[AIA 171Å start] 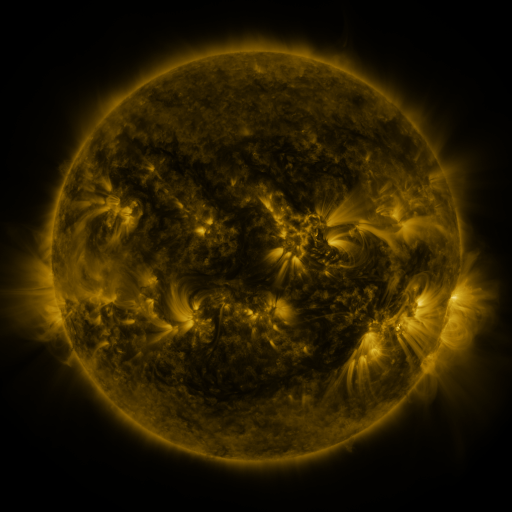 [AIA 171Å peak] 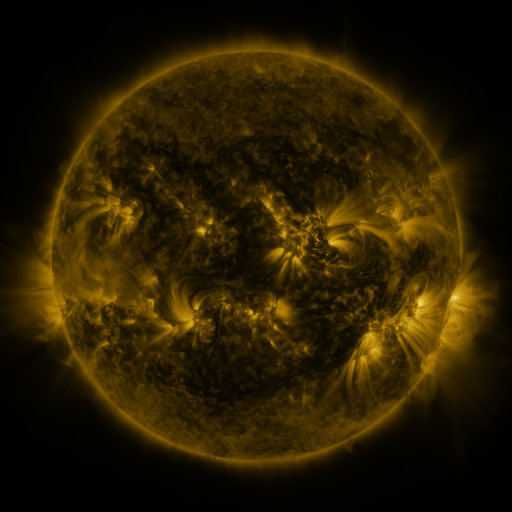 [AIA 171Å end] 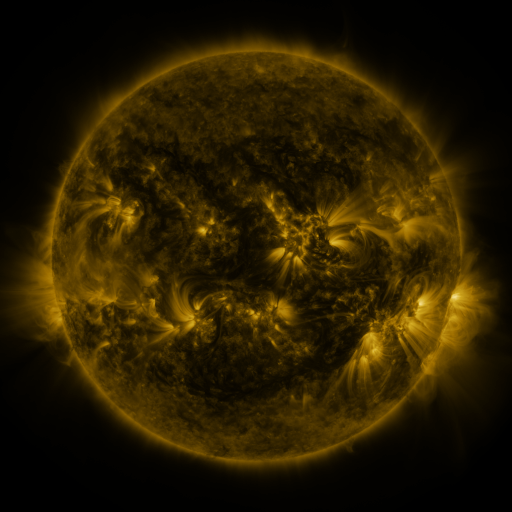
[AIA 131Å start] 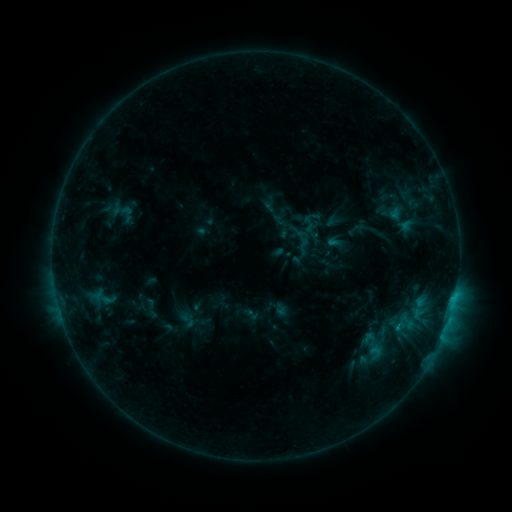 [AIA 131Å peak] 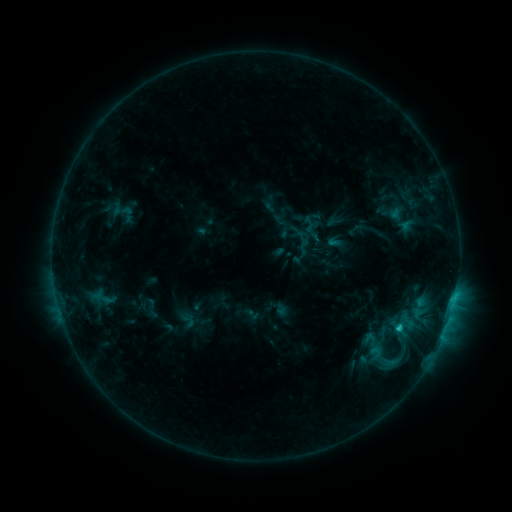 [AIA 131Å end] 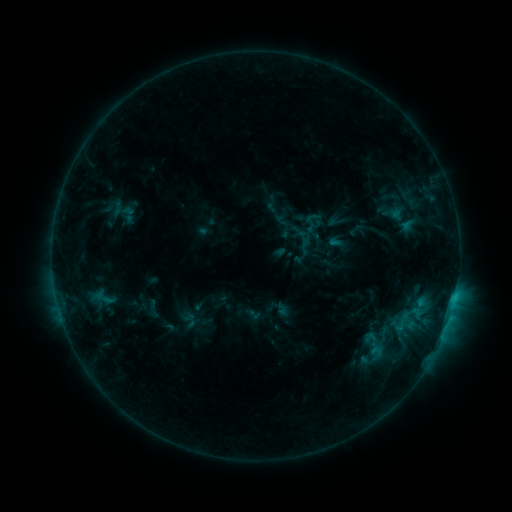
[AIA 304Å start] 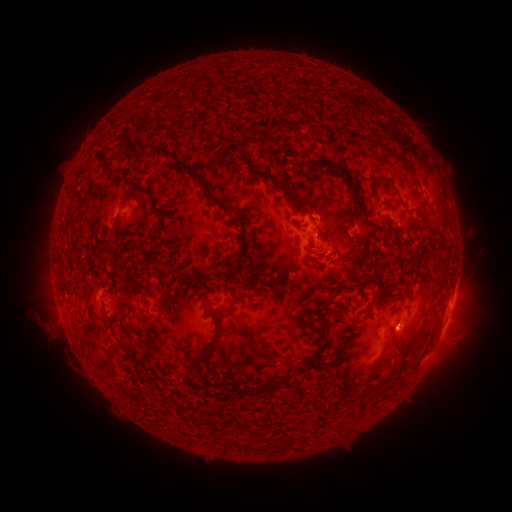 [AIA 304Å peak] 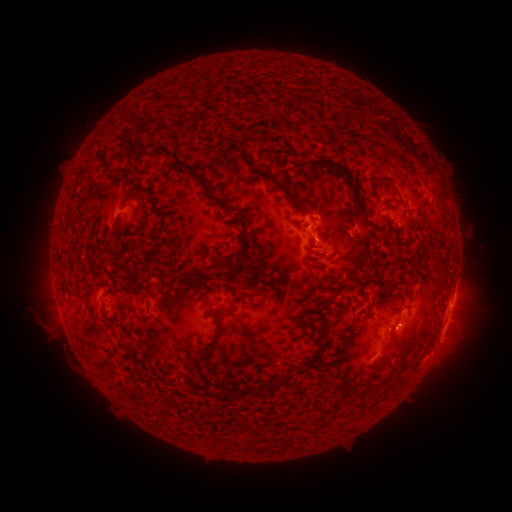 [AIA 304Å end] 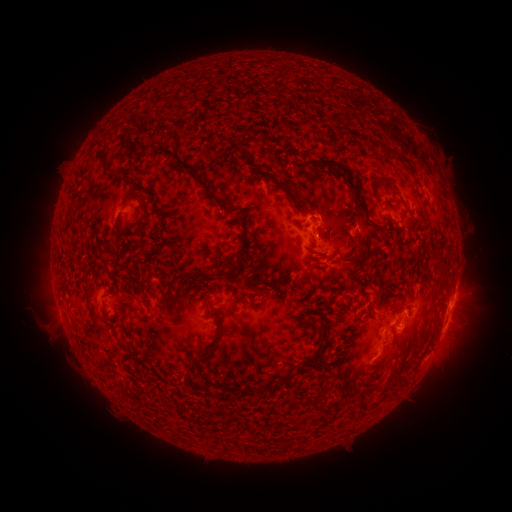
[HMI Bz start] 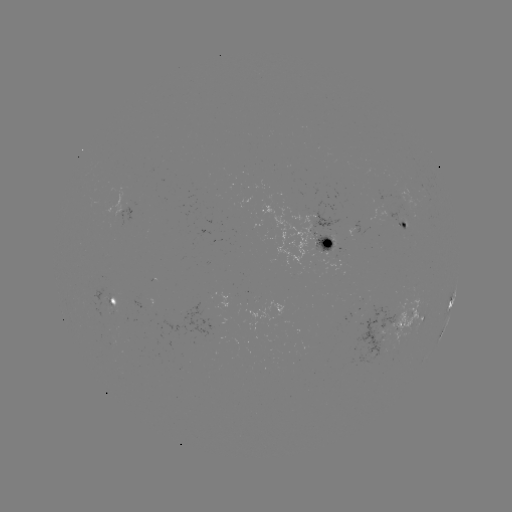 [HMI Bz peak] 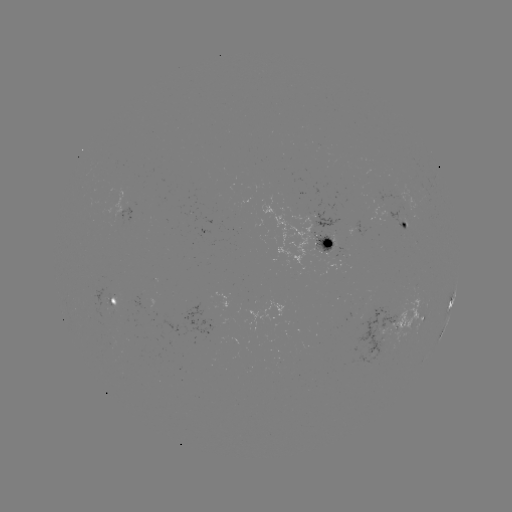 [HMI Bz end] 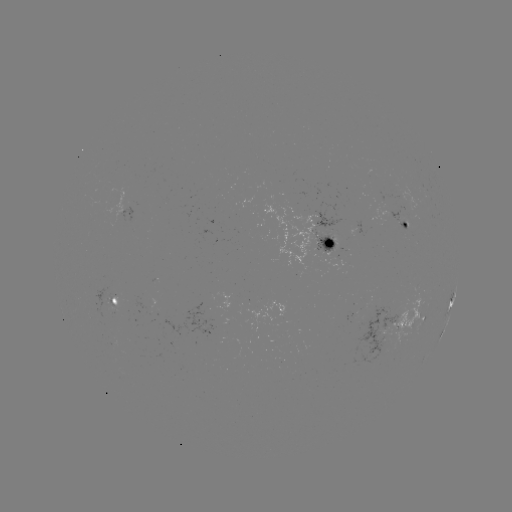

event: flare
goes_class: C1.5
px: (396, 327)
